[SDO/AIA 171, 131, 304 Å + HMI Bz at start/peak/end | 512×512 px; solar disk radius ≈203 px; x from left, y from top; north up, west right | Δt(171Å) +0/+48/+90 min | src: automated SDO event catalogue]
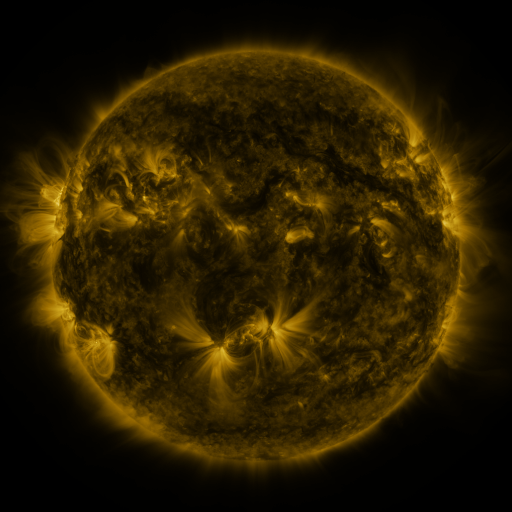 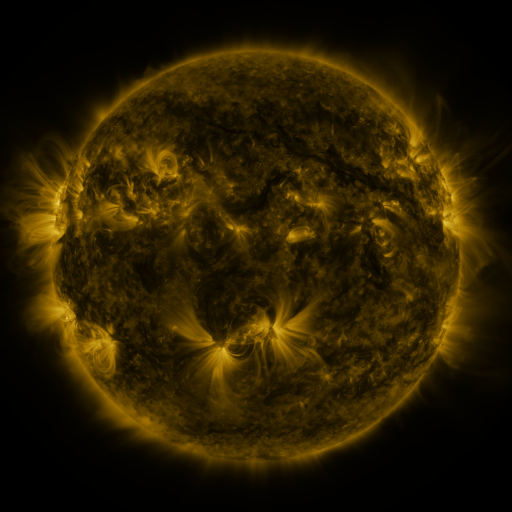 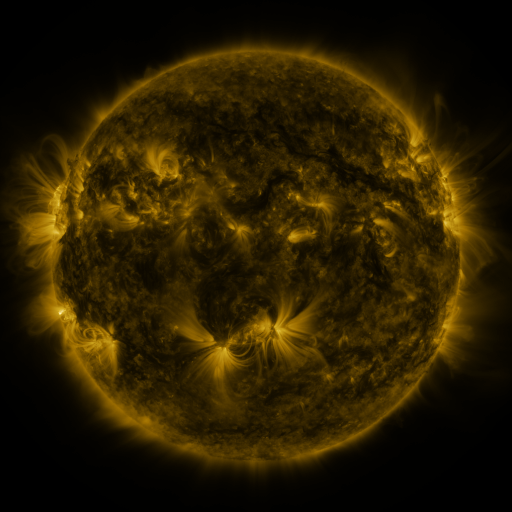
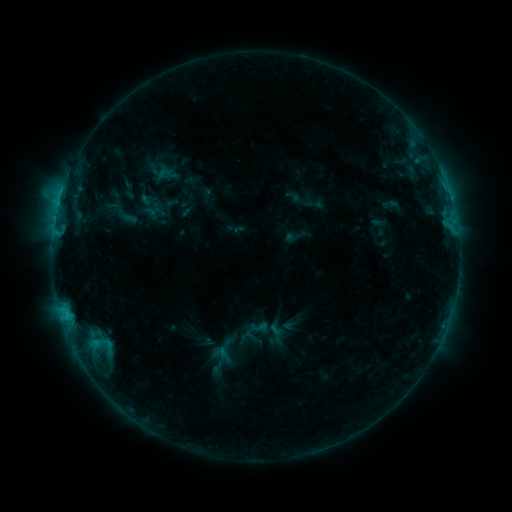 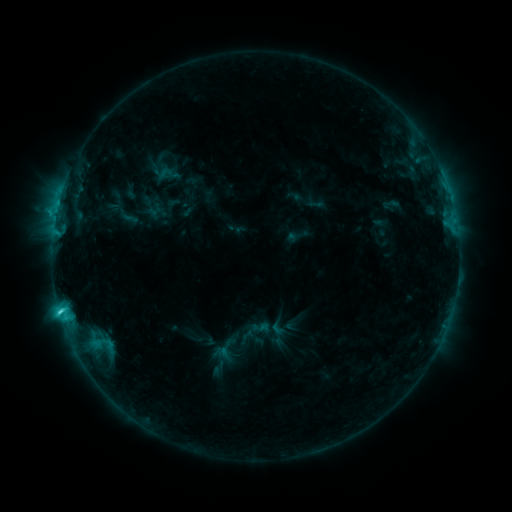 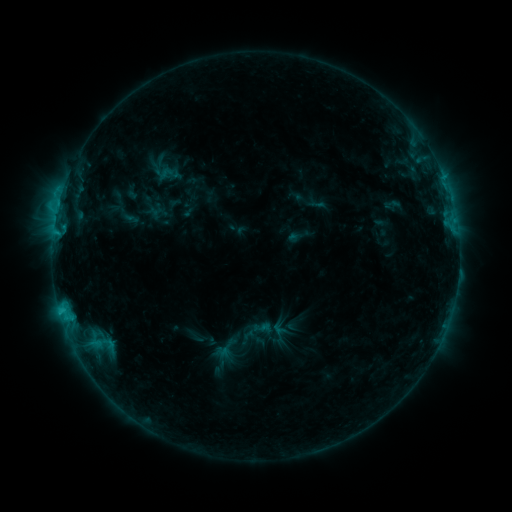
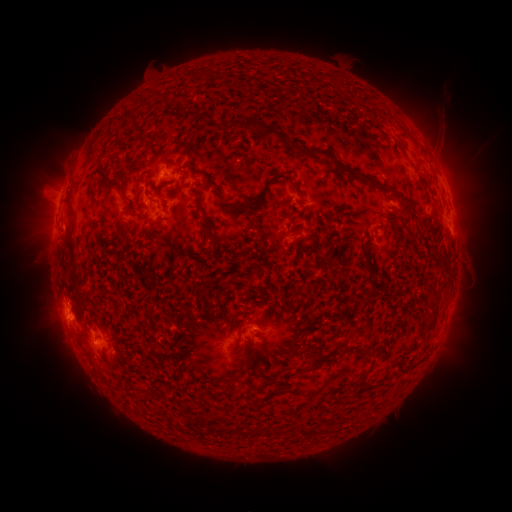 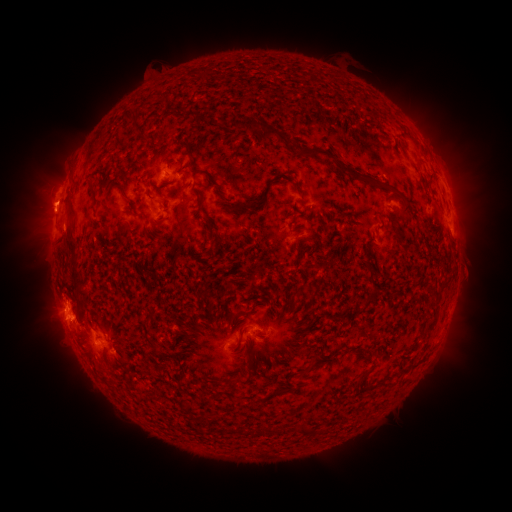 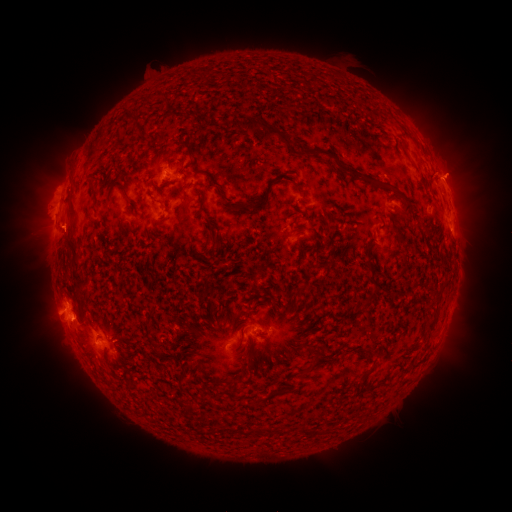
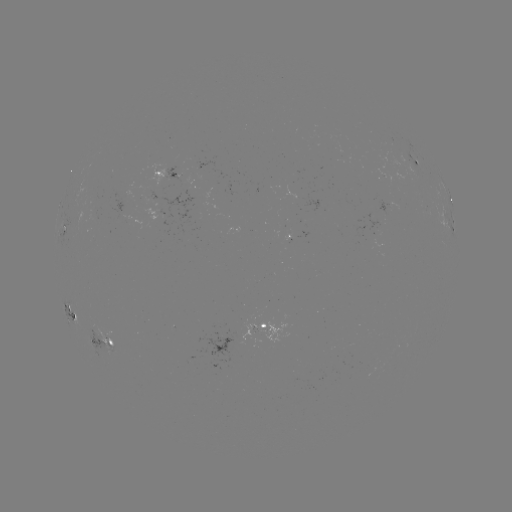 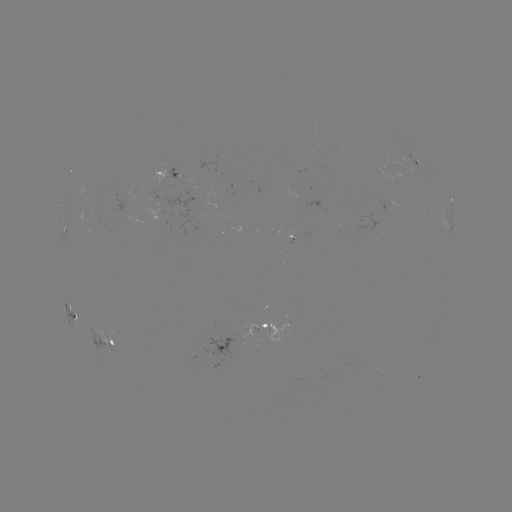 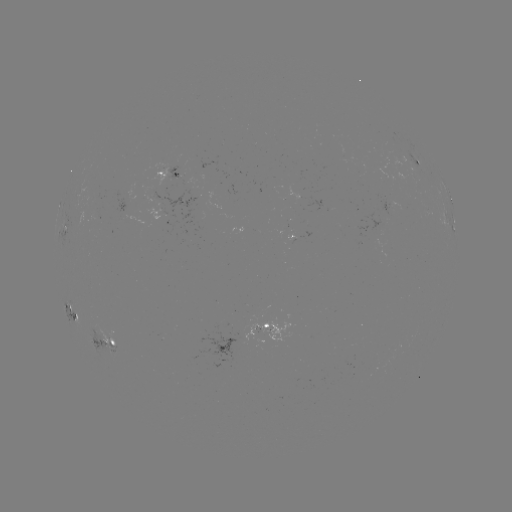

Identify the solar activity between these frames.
C3.7 flare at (59, 308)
